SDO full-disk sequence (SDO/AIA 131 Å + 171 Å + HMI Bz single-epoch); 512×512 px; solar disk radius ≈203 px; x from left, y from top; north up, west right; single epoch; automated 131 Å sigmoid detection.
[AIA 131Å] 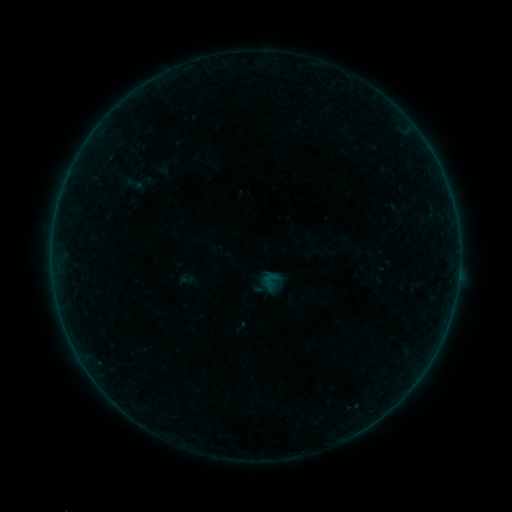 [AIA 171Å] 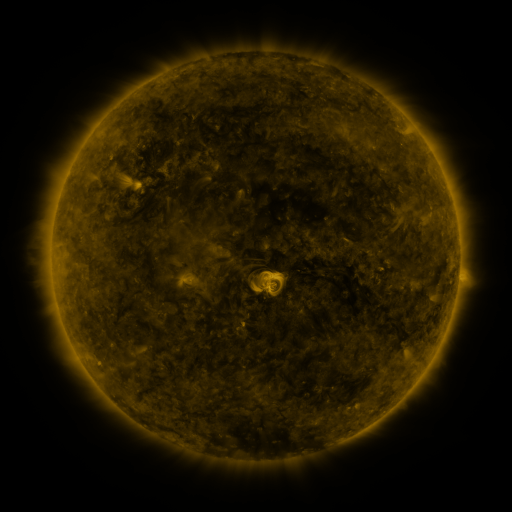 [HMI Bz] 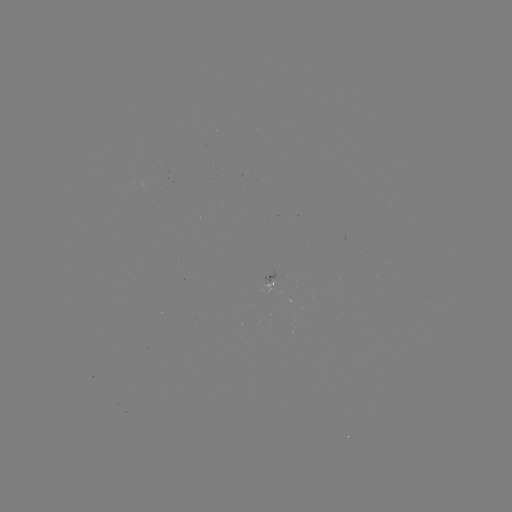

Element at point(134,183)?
sigmoid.